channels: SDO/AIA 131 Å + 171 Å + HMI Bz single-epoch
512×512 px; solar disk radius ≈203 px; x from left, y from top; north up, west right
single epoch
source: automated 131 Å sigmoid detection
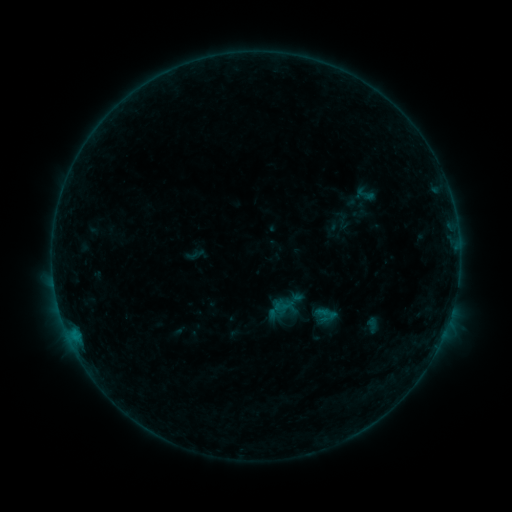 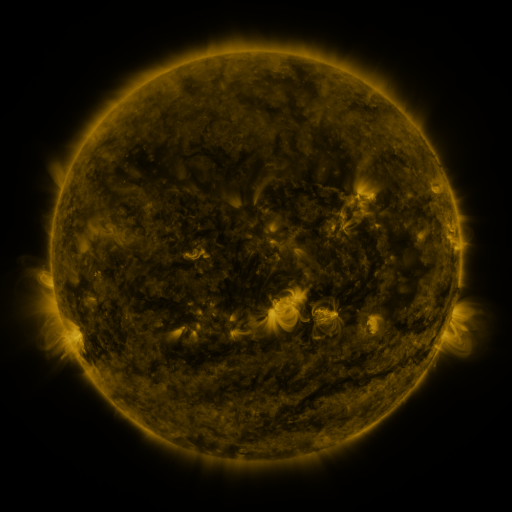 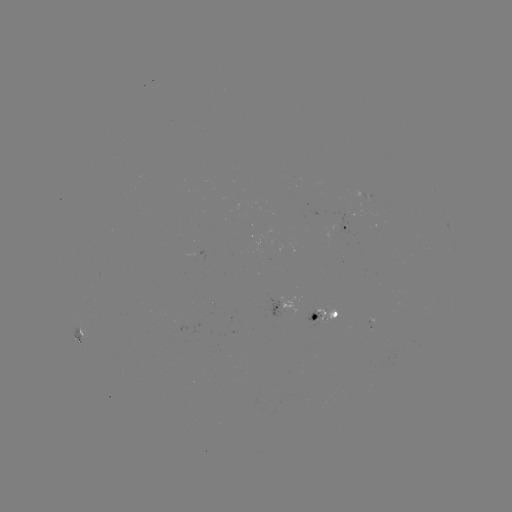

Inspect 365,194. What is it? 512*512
sigmoid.